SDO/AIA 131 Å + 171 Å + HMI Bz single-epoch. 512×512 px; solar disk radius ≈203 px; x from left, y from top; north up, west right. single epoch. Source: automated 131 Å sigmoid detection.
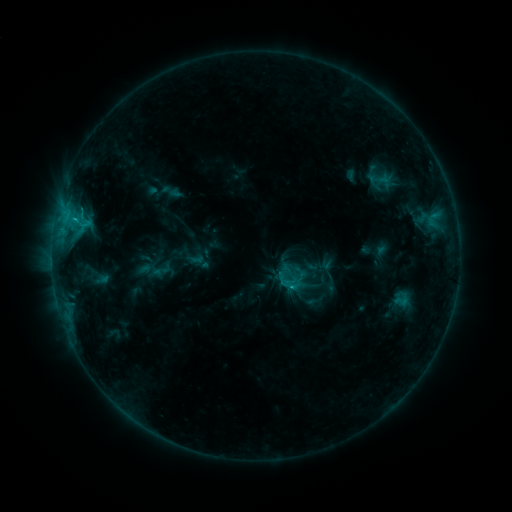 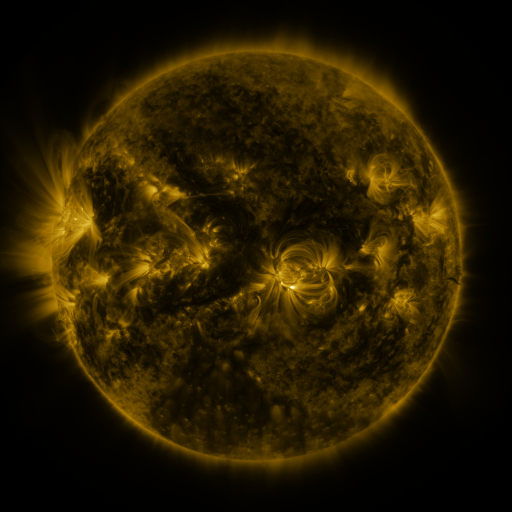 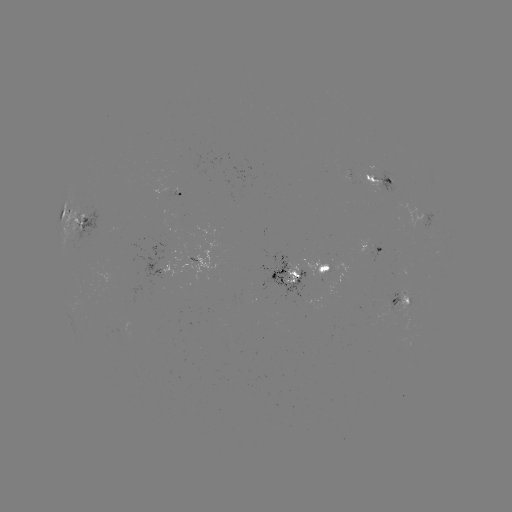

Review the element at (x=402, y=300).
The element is sigmoid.